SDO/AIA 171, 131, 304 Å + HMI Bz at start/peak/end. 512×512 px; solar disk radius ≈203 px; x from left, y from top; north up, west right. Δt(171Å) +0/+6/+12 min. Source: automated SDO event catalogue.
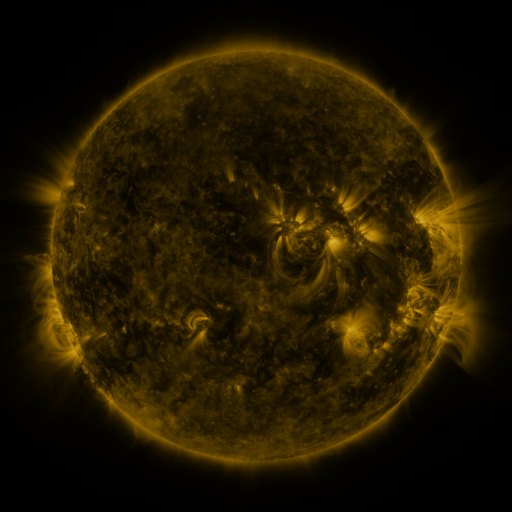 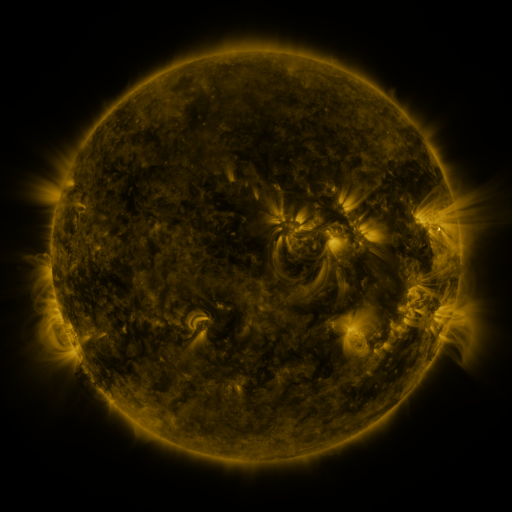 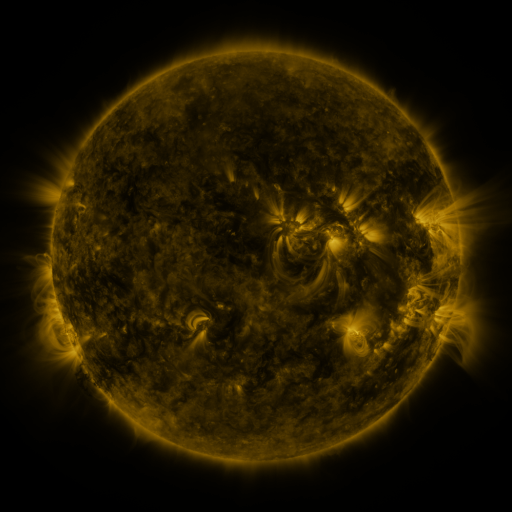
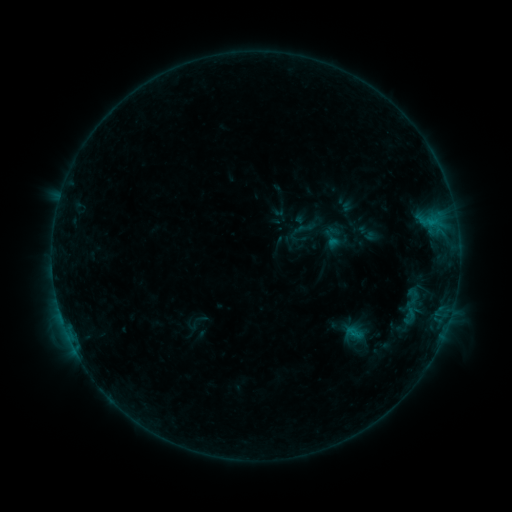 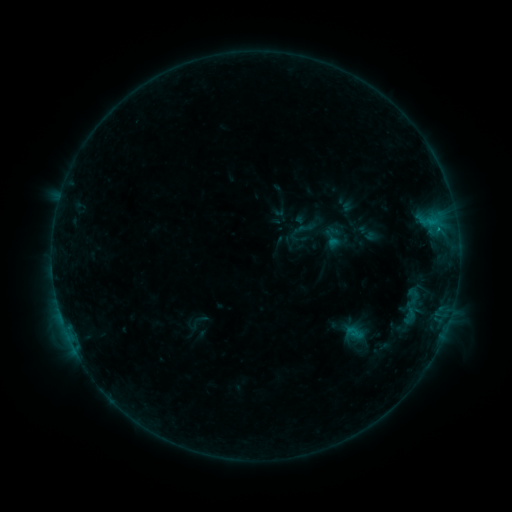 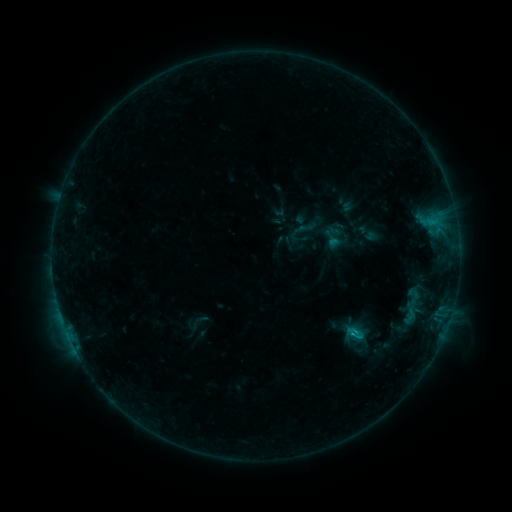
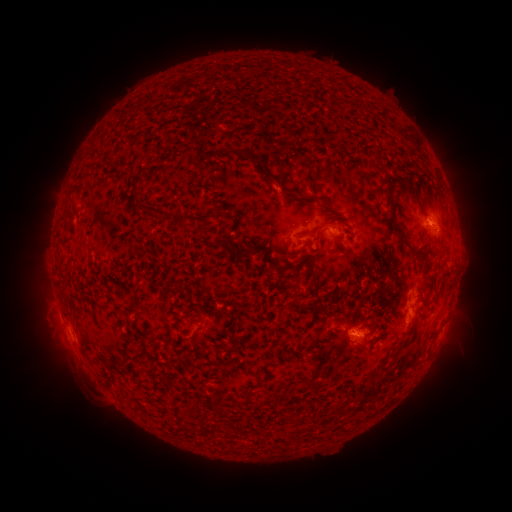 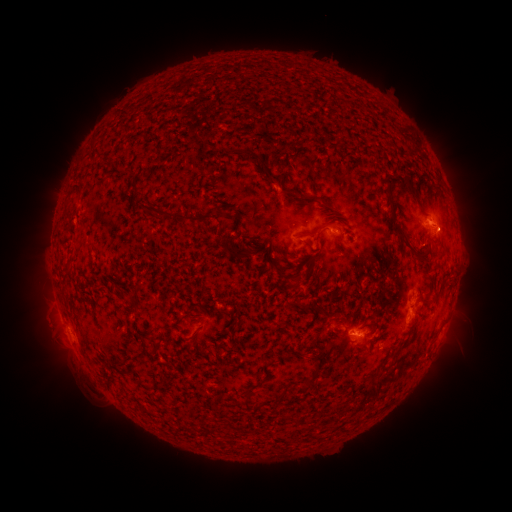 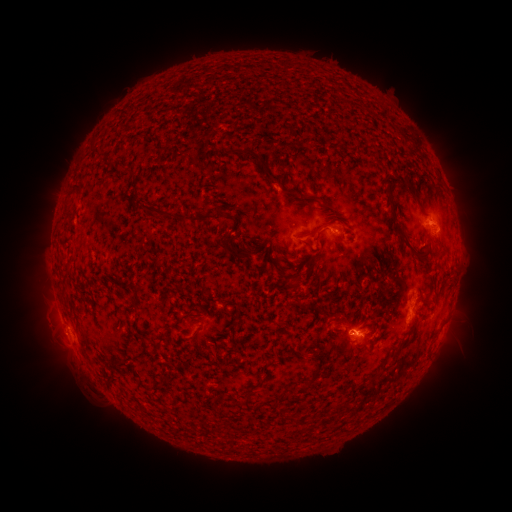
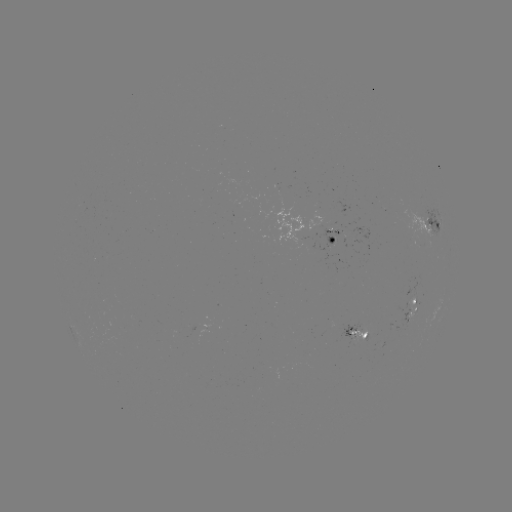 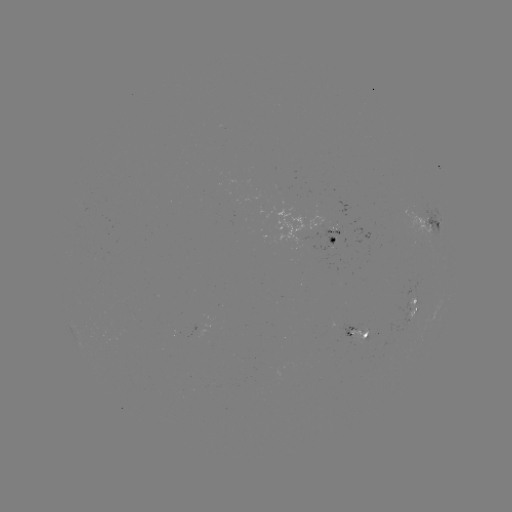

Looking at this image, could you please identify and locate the B6.9 flare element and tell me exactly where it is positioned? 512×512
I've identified B6.9 flare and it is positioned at (351, 333).